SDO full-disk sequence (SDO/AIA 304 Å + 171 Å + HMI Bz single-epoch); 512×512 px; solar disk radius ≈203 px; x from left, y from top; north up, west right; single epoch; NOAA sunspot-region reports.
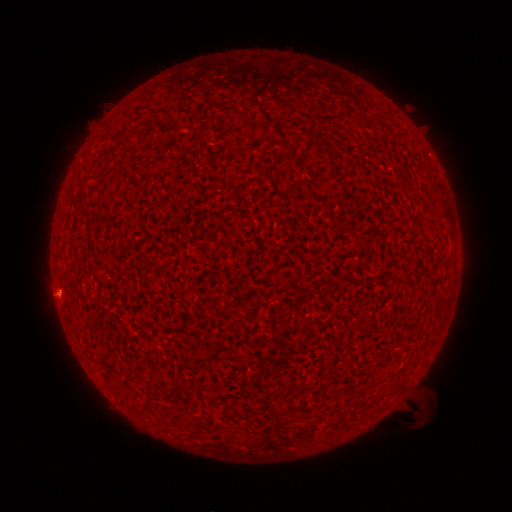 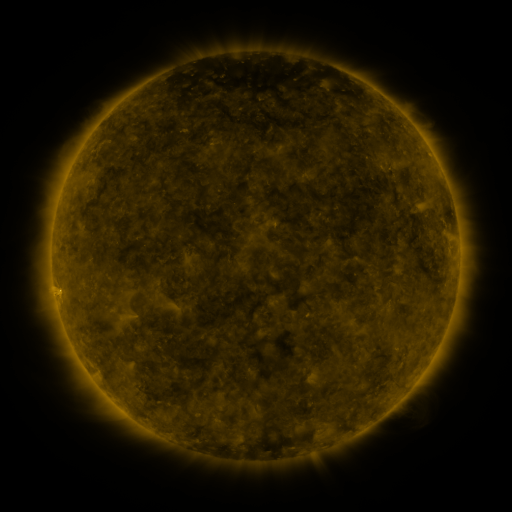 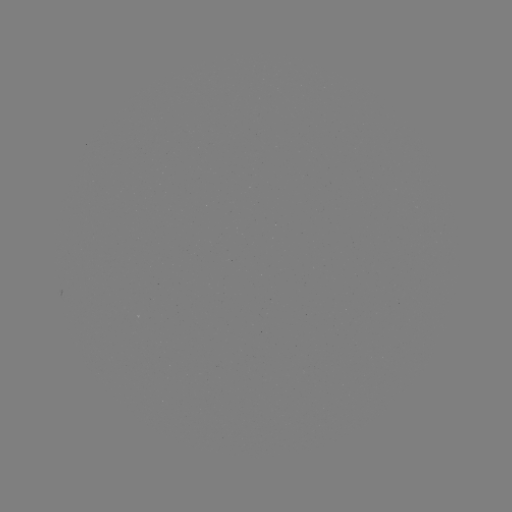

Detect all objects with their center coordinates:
(none)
